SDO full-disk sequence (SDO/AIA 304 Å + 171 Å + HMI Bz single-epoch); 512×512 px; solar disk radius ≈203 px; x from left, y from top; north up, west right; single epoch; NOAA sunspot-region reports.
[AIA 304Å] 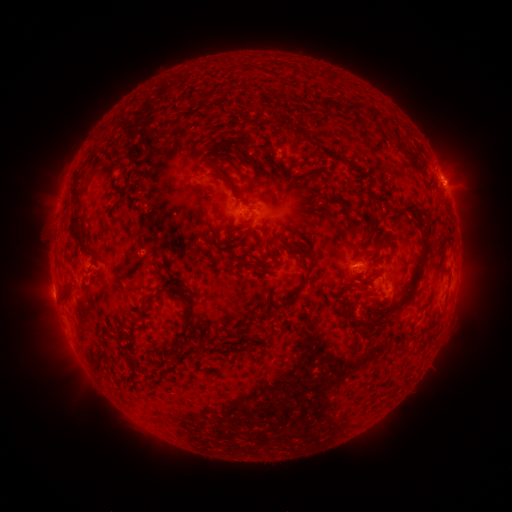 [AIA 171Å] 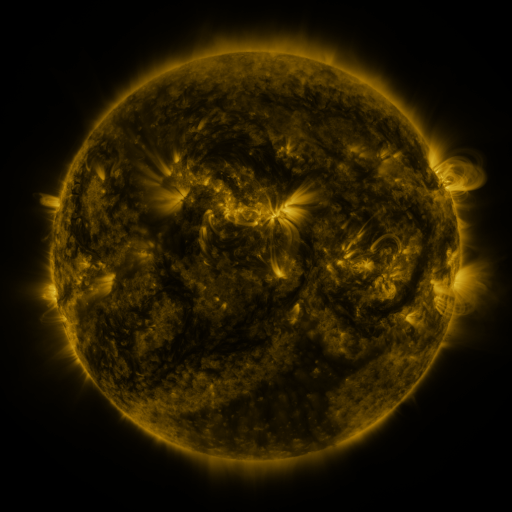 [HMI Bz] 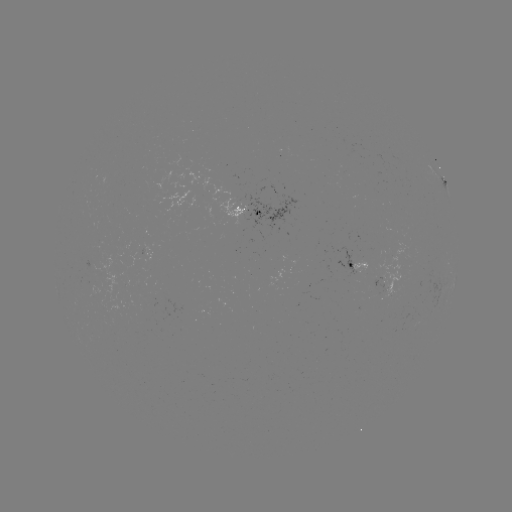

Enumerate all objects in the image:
spotted active region: (445, 184)
spotted active region: (248, 209)
spotted active region: (359, 265)
spotted active region: (390, 286)
